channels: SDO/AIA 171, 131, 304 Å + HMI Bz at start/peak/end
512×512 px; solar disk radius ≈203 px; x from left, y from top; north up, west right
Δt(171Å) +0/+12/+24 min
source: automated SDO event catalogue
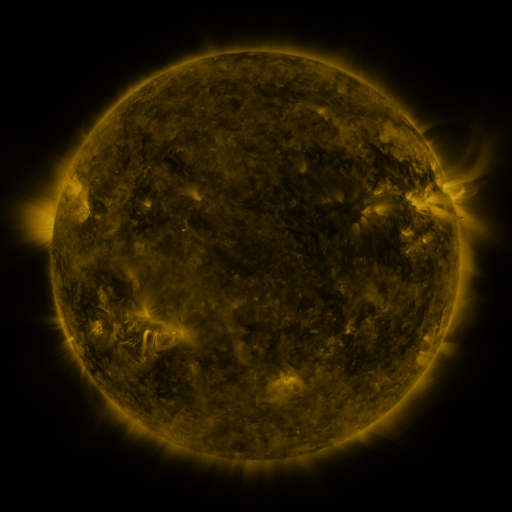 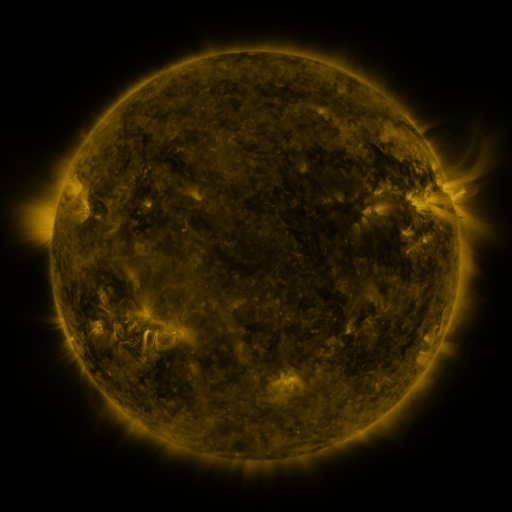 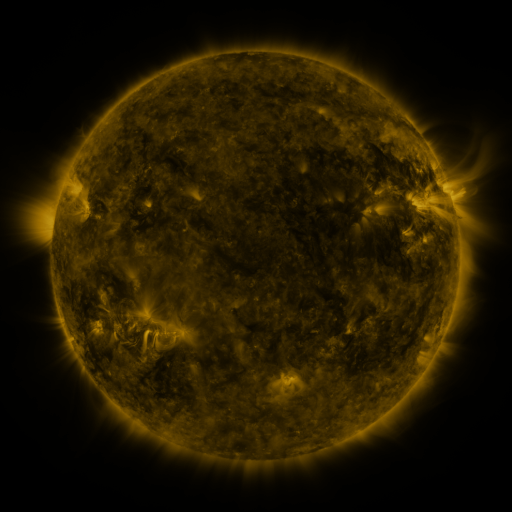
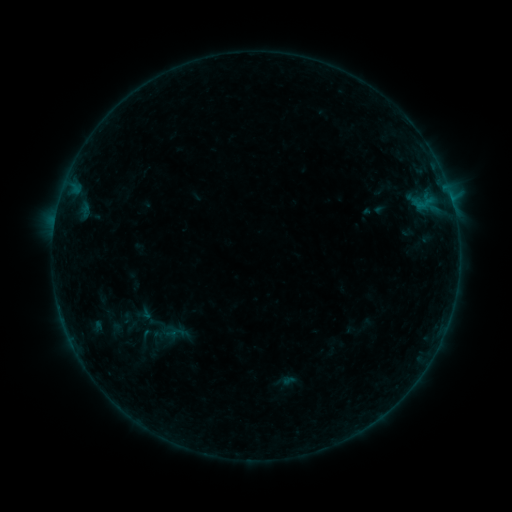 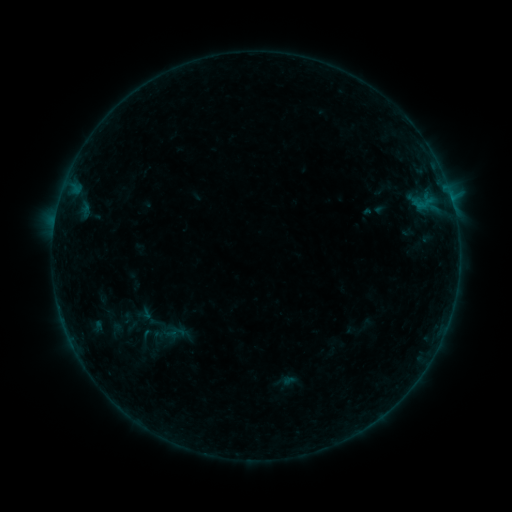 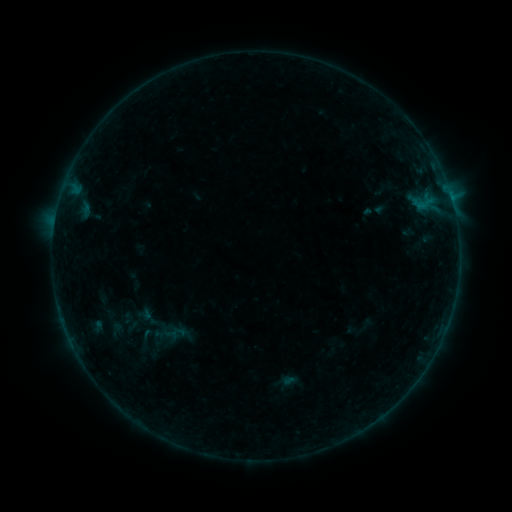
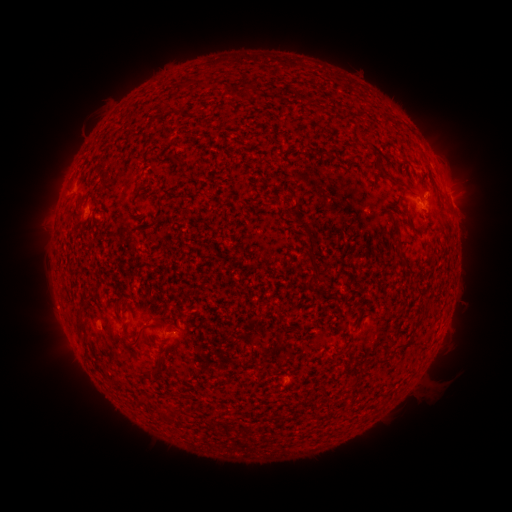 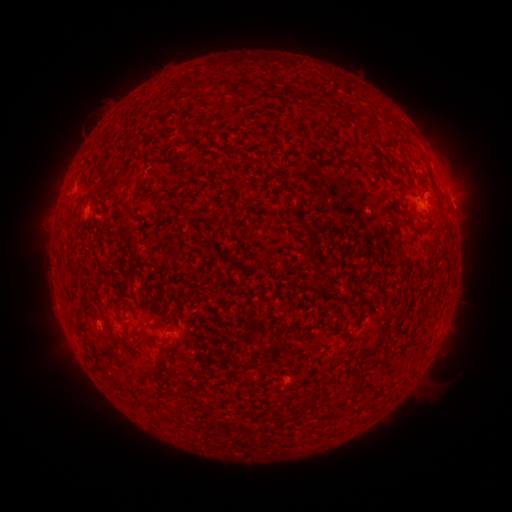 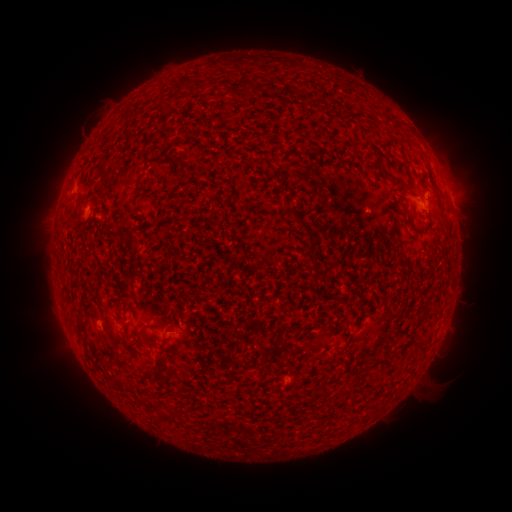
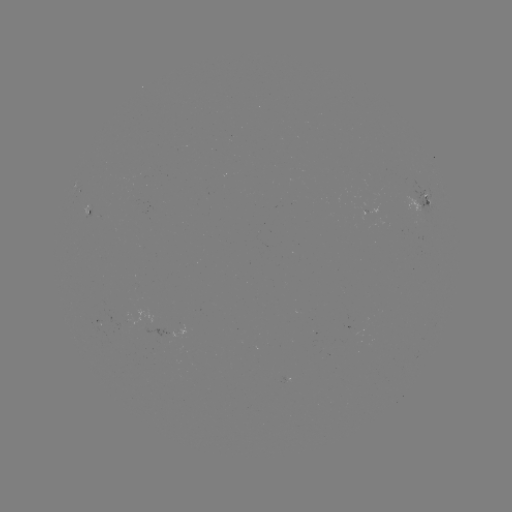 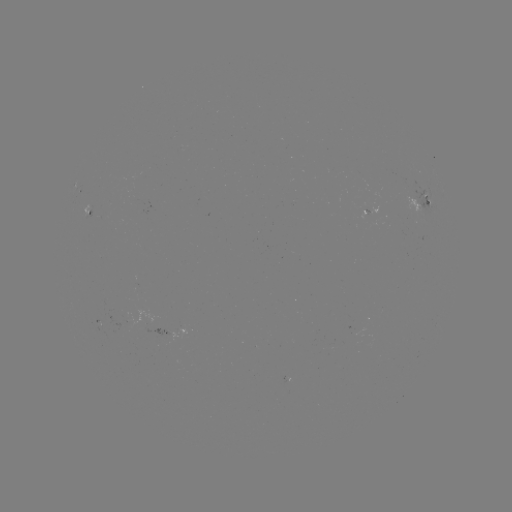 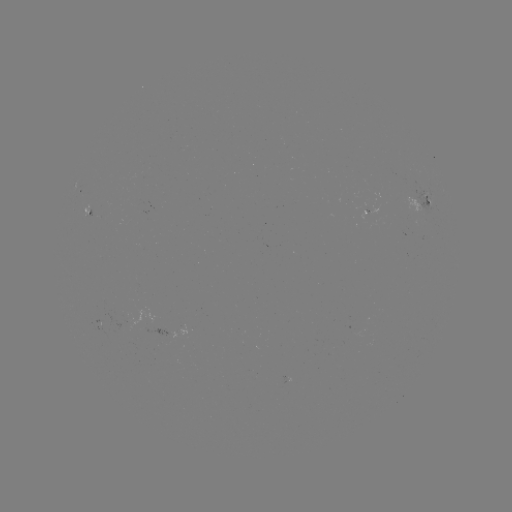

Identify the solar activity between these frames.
nothing was catalogued: no classed flare, no EUV trigger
